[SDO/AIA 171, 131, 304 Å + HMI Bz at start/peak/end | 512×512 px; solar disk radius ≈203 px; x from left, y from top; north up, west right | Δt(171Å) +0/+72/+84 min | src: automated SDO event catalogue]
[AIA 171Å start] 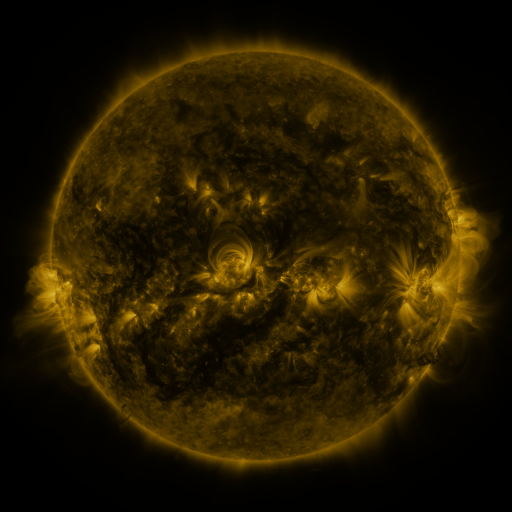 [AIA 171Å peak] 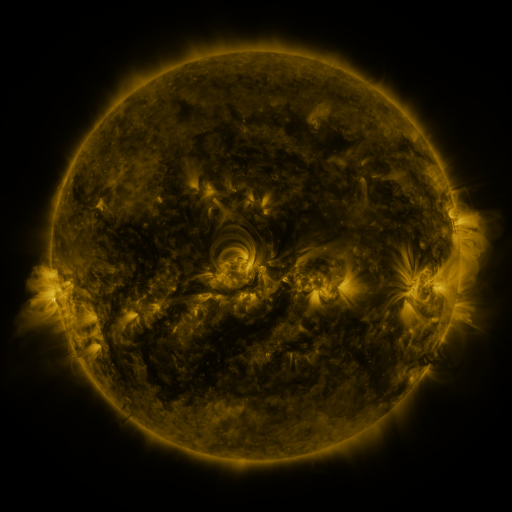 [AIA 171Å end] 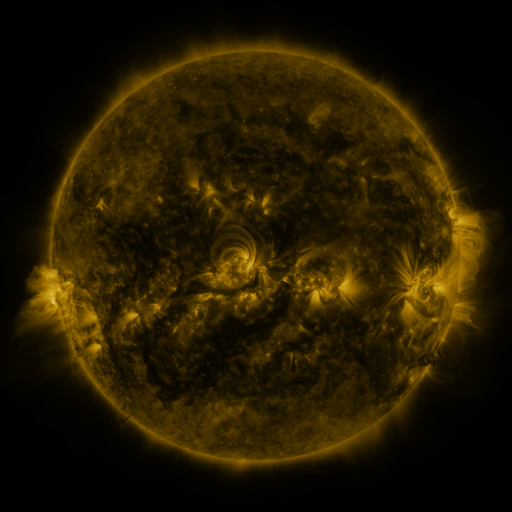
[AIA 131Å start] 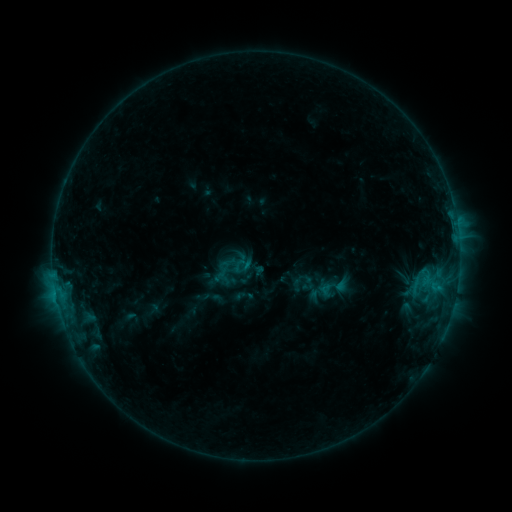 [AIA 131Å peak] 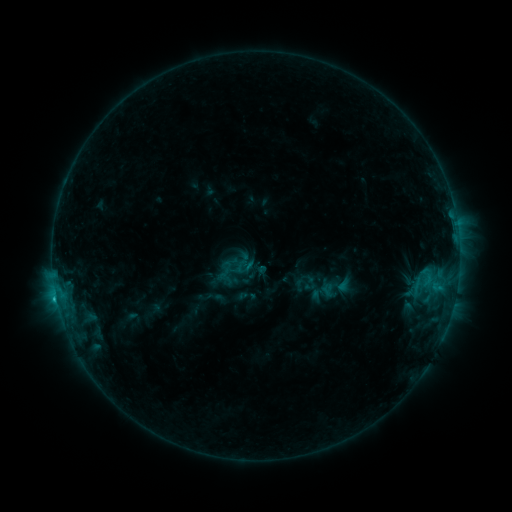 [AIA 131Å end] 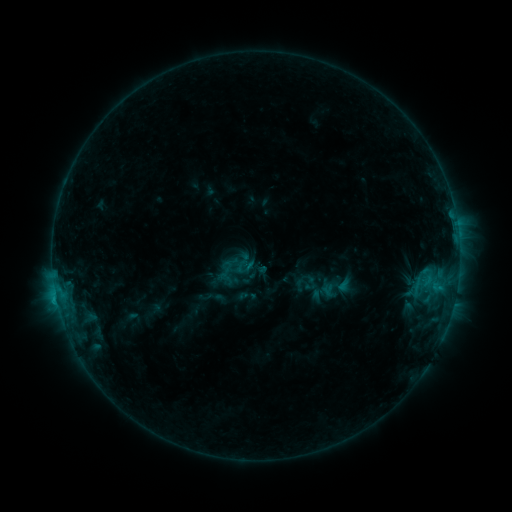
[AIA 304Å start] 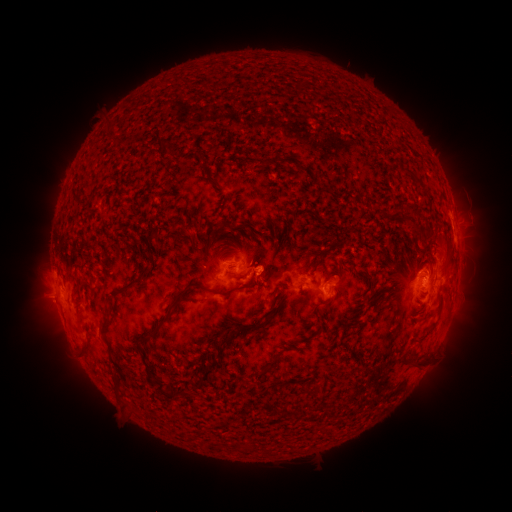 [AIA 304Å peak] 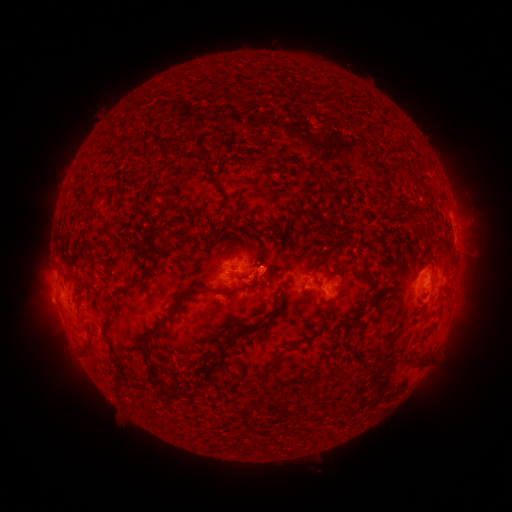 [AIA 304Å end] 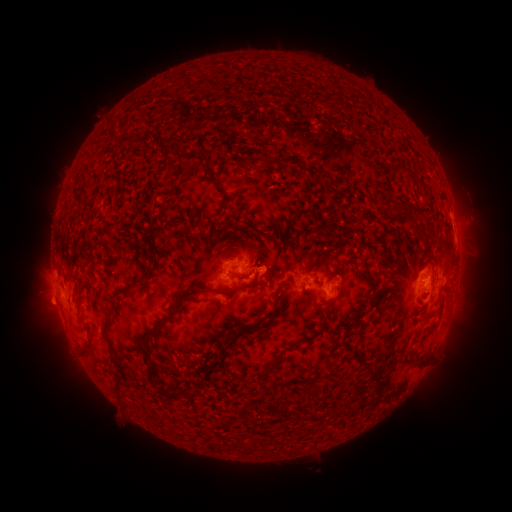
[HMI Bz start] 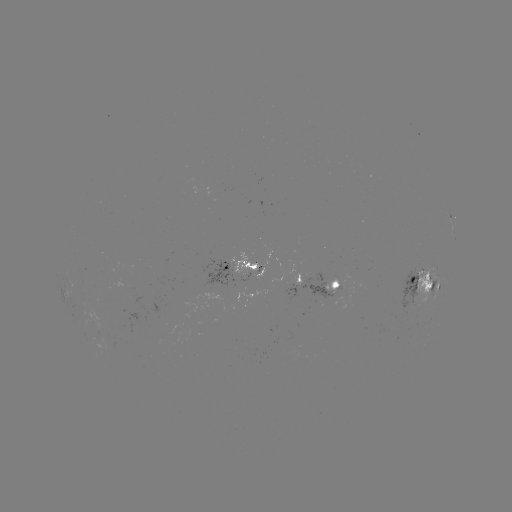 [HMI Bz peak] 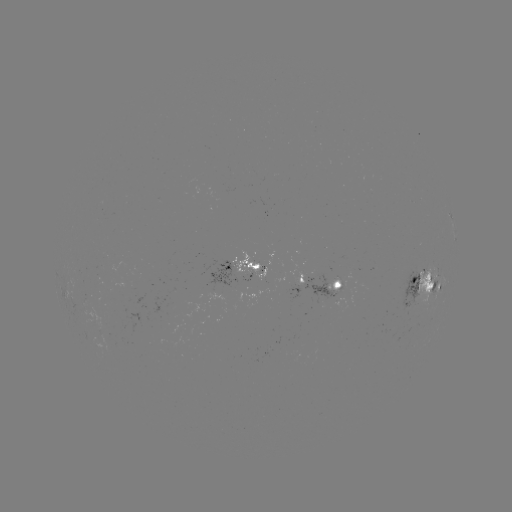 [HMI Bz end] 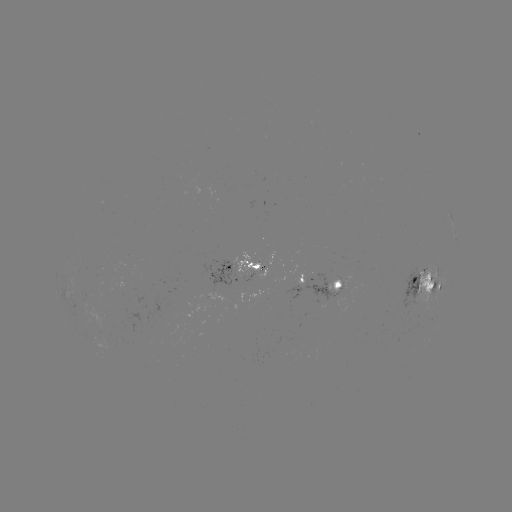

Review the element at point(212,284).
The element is emerging-flux region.